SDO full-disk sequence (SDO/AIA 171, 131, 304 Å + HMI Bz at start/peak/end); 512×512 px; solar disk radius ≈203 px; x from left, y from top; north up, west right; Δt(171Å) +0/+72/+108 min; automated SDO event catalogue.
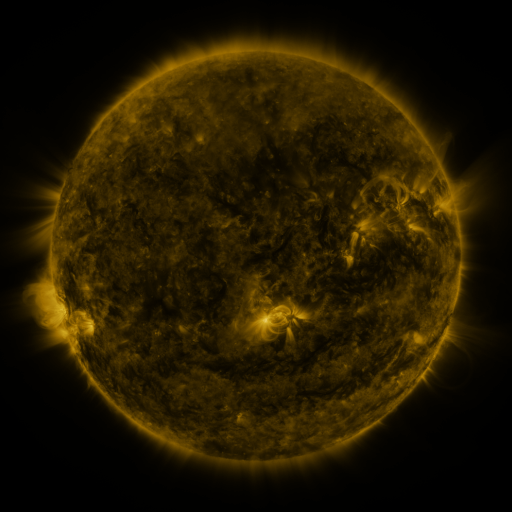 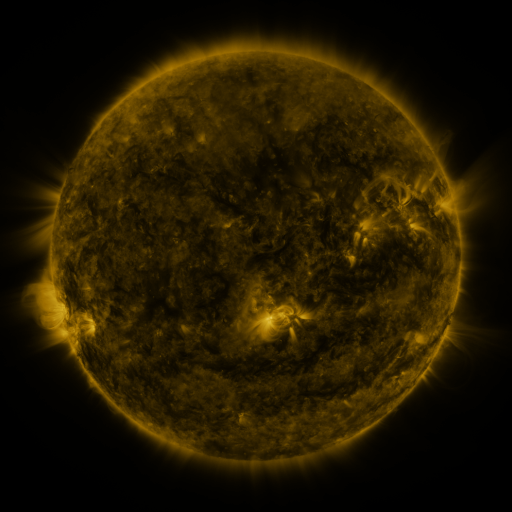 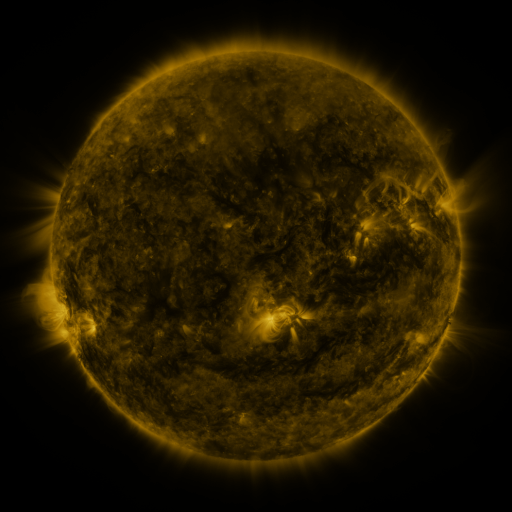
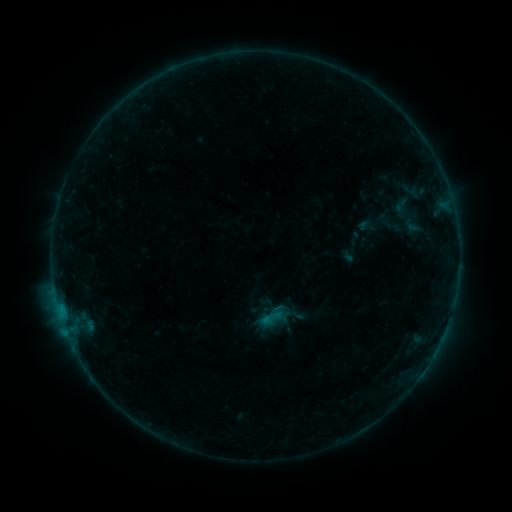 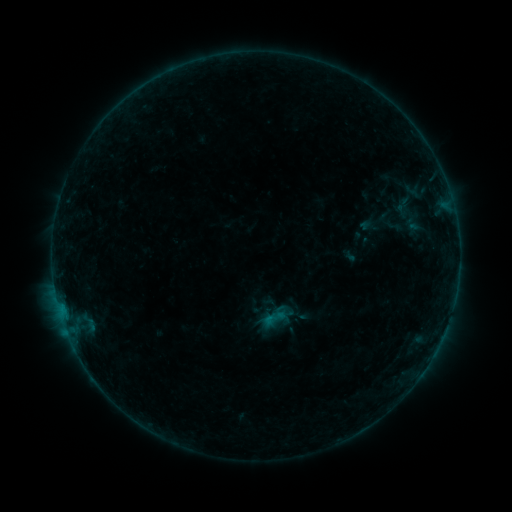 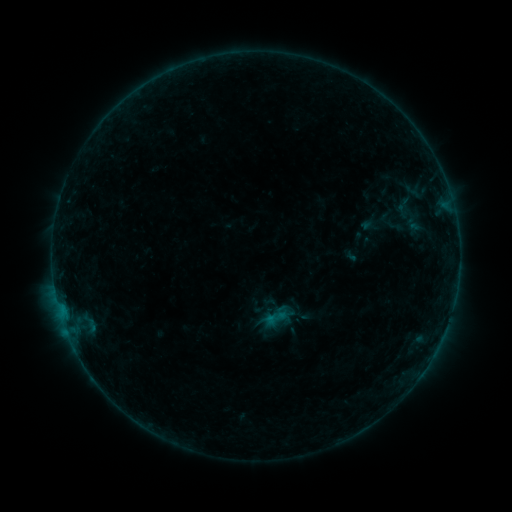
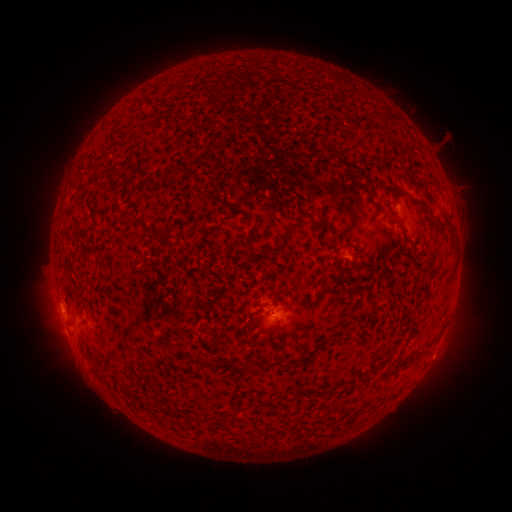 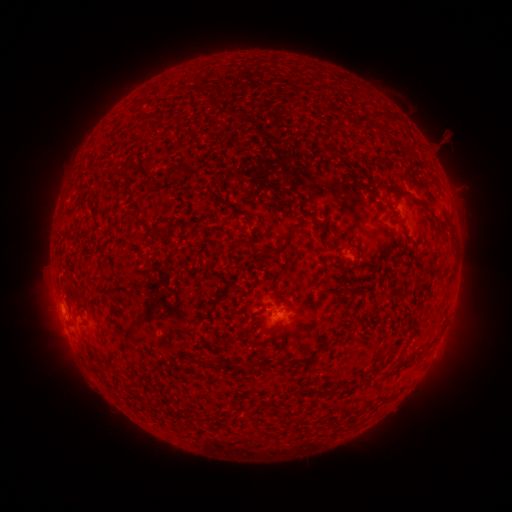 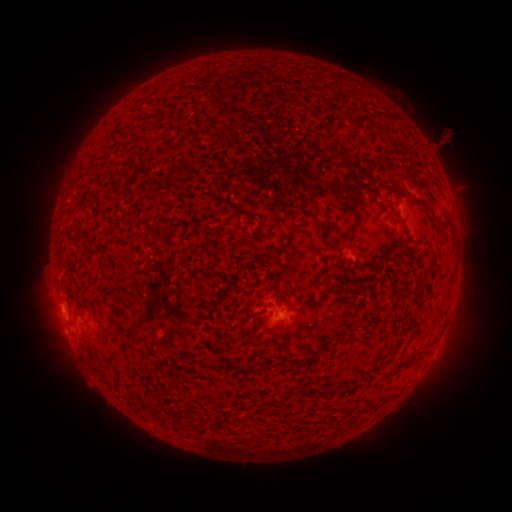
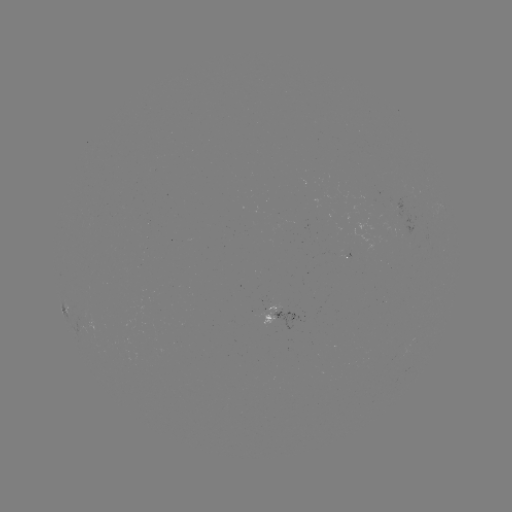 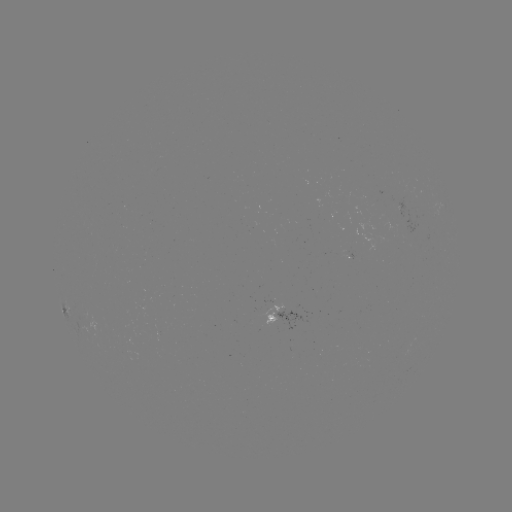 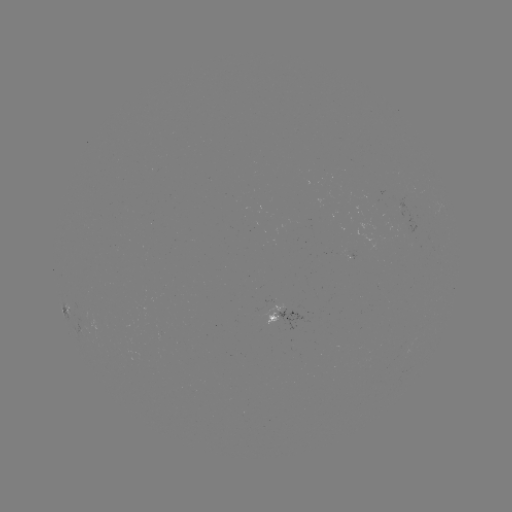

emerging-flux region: [258, 304, 281, 327]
